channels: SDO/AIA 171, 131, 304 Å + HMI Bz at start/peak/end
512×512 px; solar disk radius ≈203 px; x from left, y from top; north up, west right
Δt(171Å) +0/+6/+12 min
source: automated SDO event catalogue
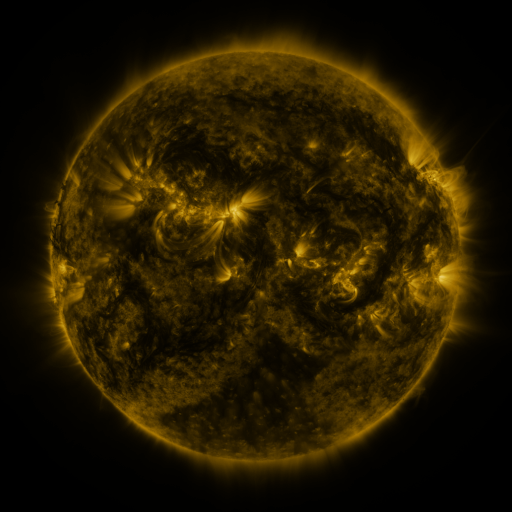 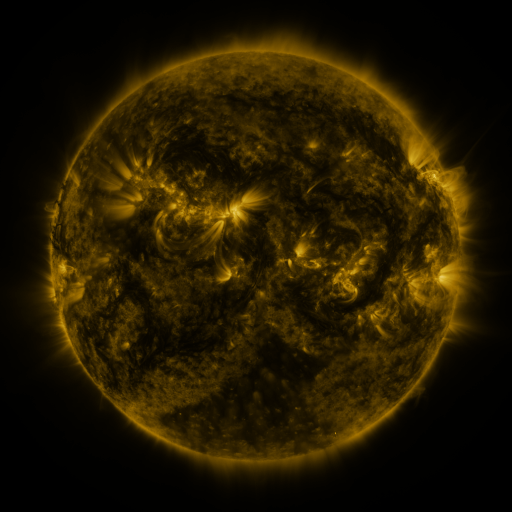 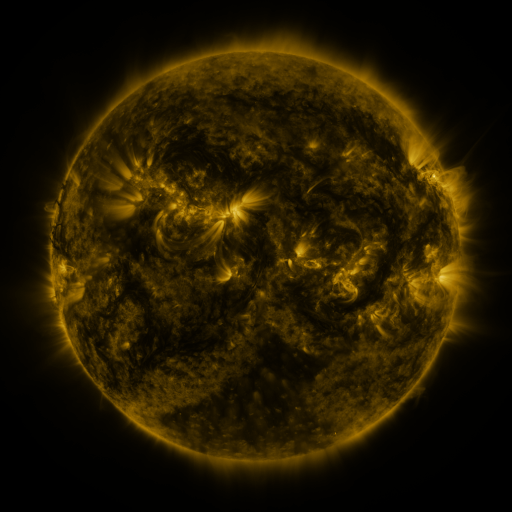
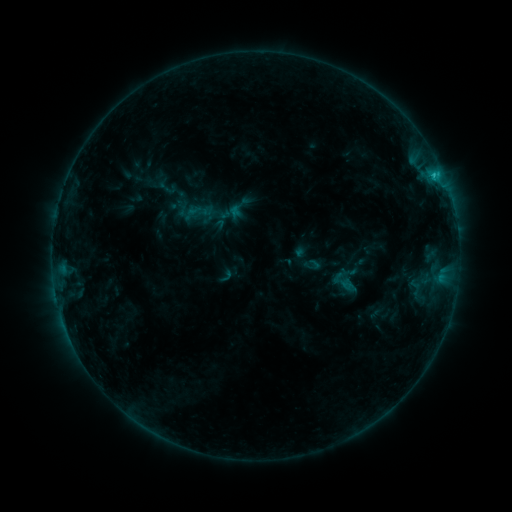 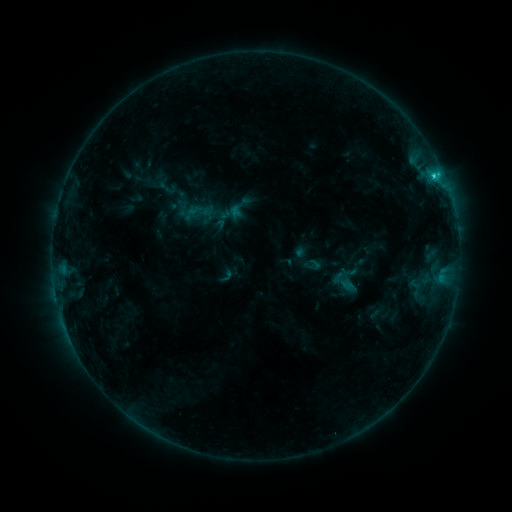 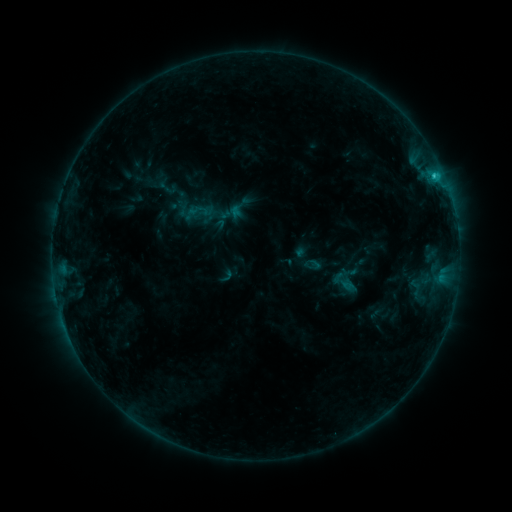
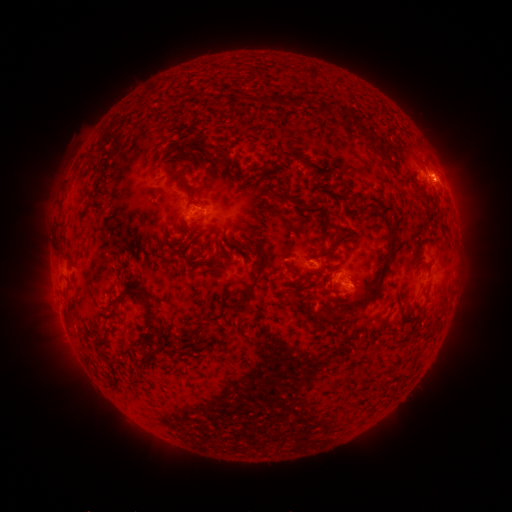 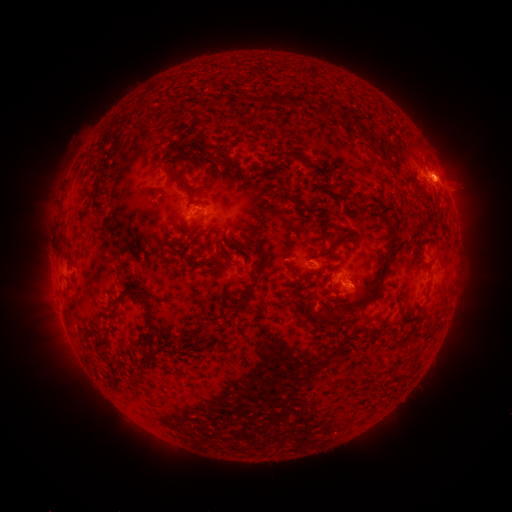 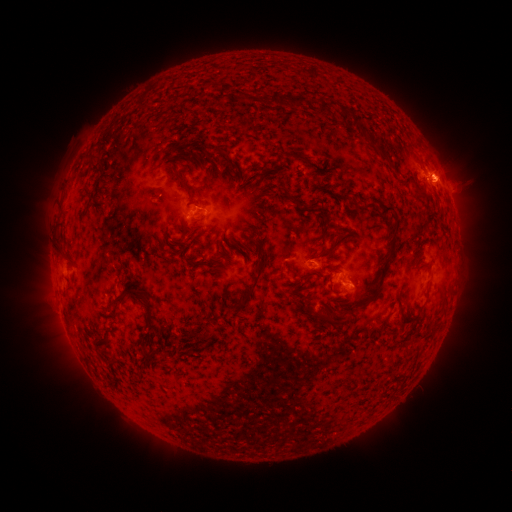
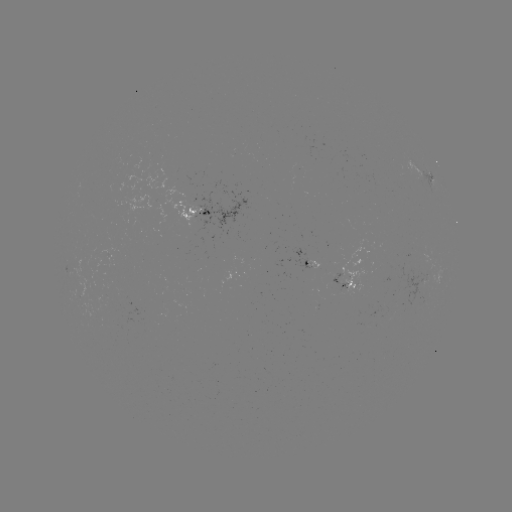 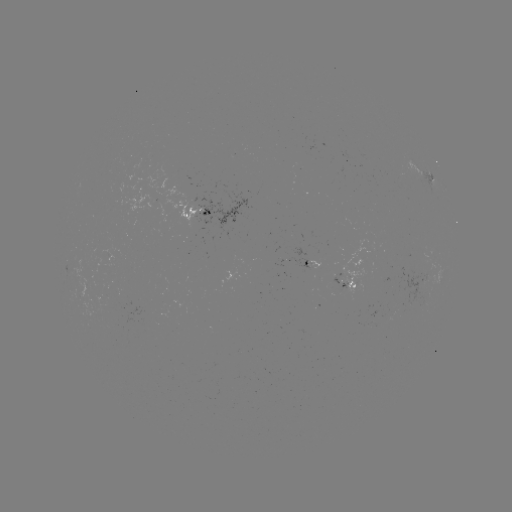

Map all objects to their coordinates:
C1.5 flare: (433, 177)
